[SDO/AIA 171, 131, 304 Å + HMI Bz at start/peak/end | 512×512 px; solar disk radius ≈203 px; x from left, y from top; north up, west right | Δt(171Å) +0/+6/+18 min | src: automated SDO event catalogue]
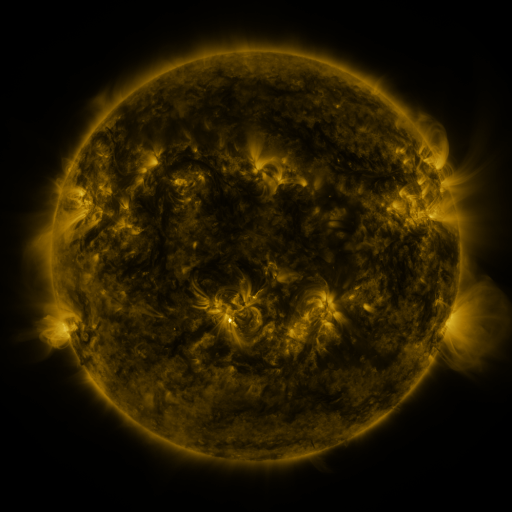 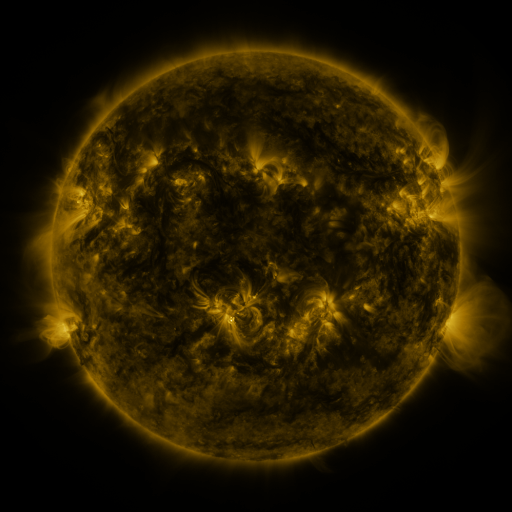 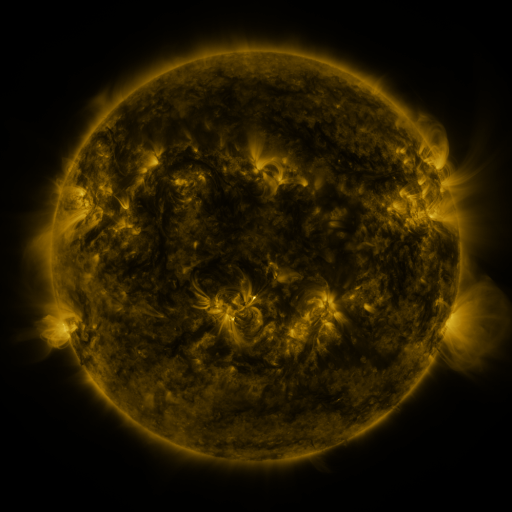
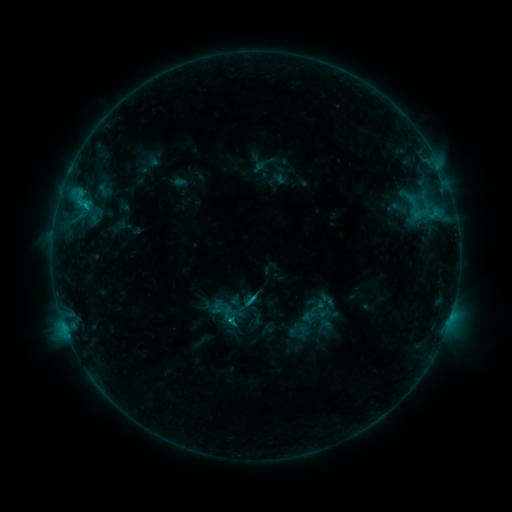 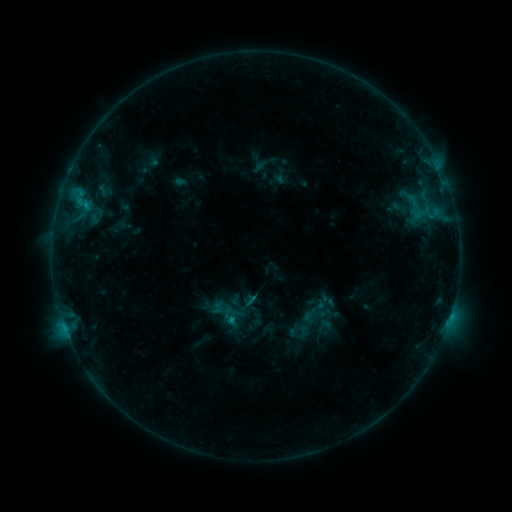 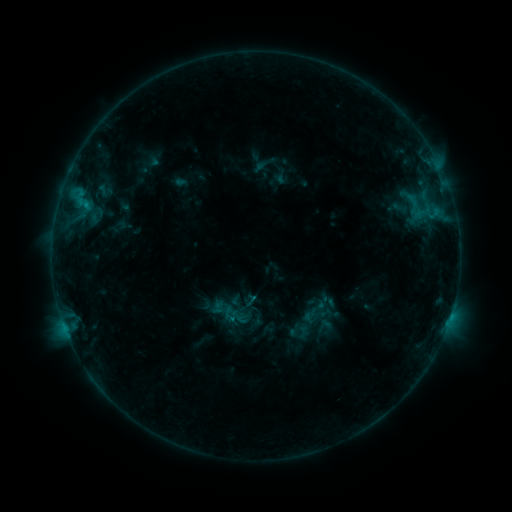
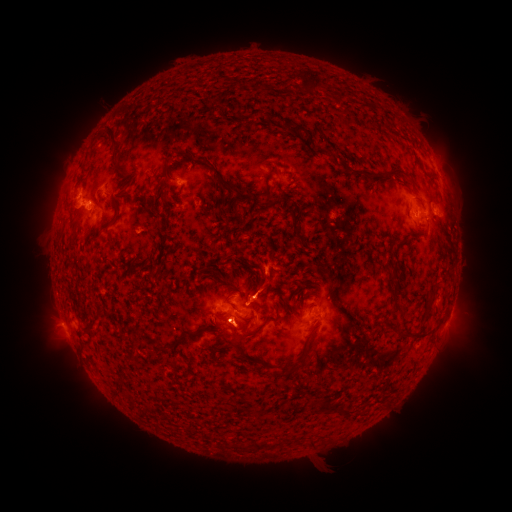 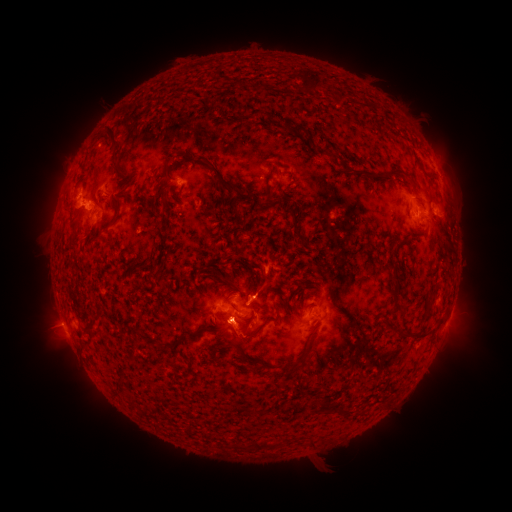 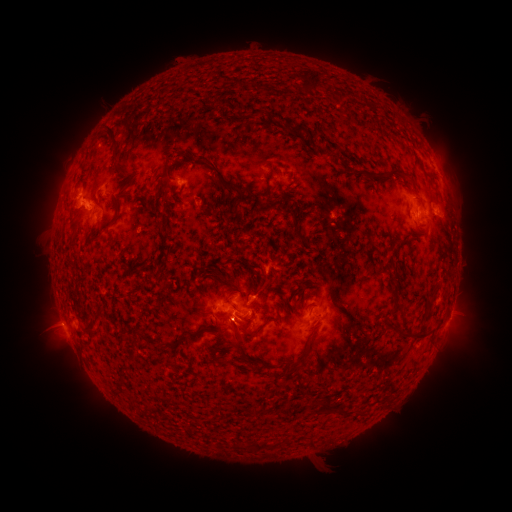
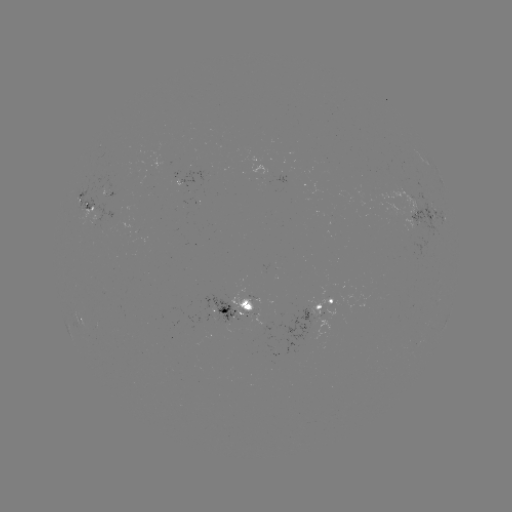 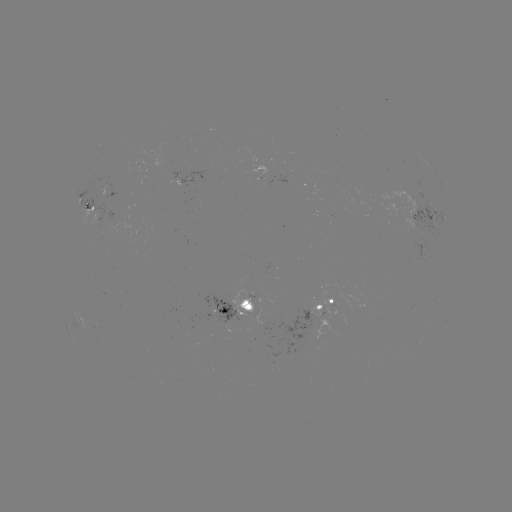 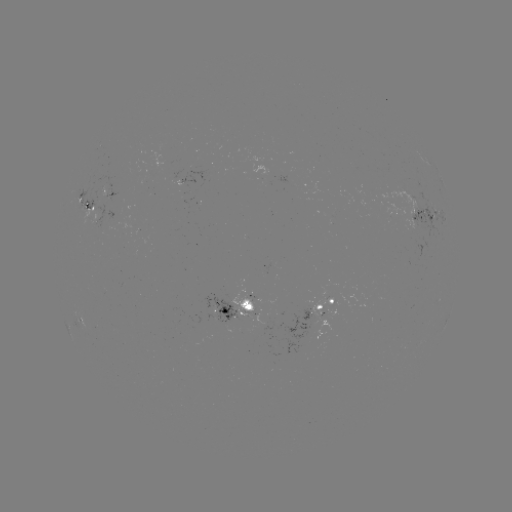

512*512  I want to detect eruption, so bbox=[204, 287, 259, 361].